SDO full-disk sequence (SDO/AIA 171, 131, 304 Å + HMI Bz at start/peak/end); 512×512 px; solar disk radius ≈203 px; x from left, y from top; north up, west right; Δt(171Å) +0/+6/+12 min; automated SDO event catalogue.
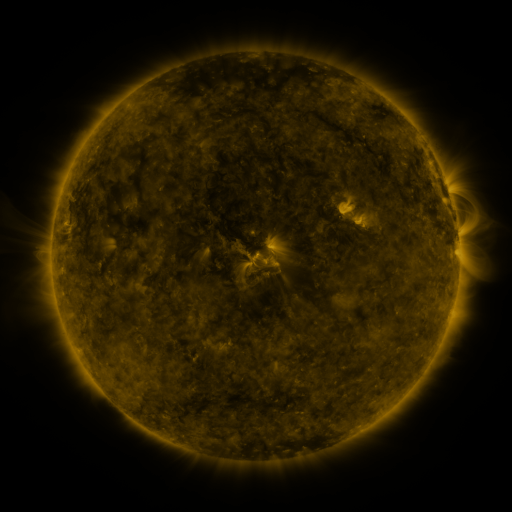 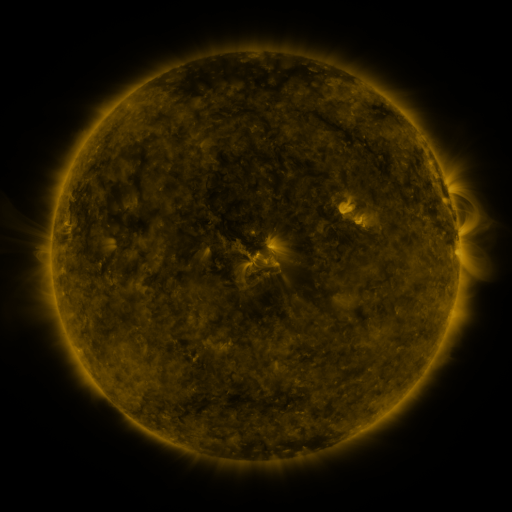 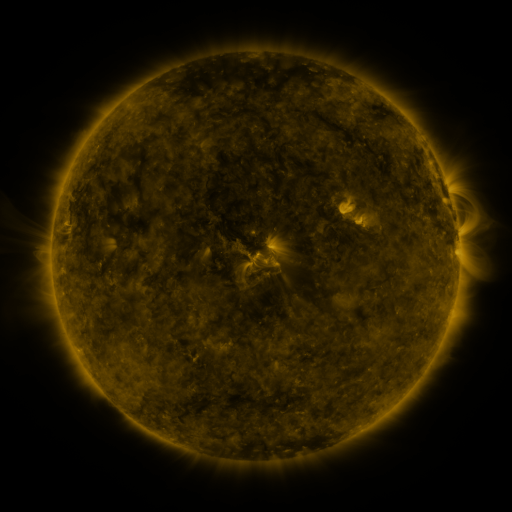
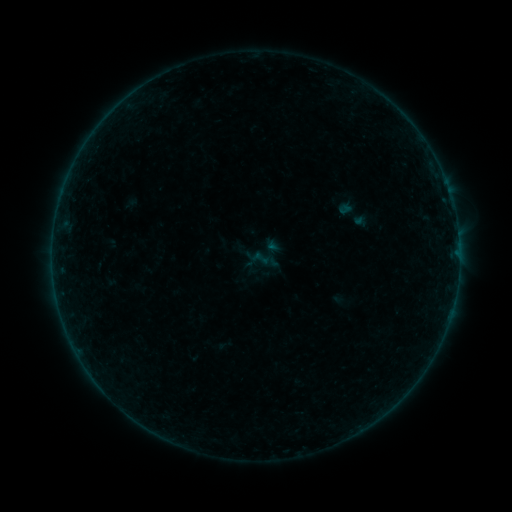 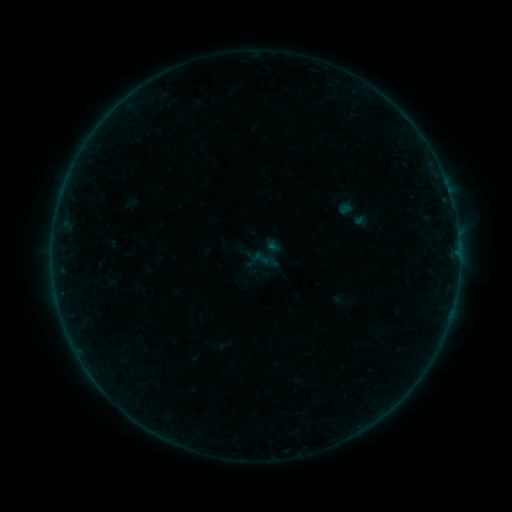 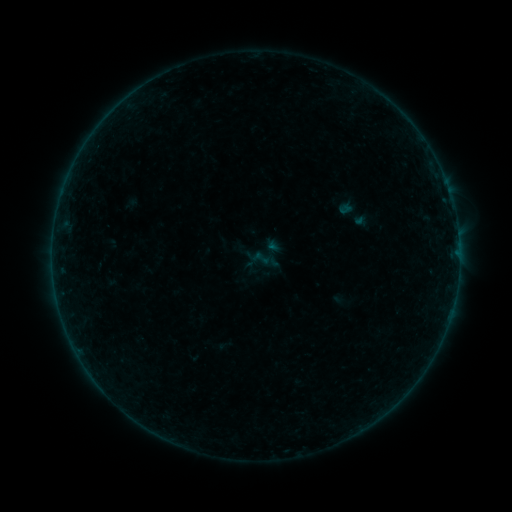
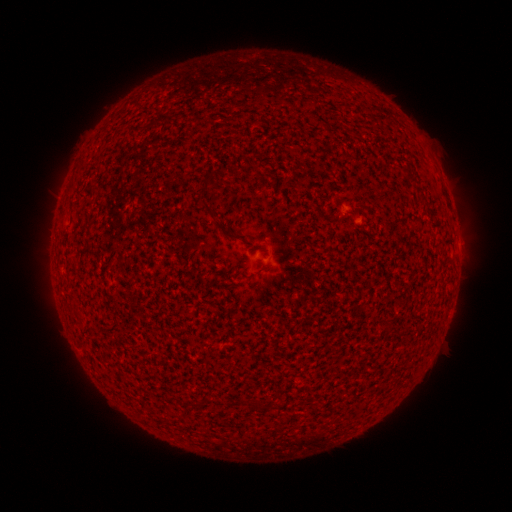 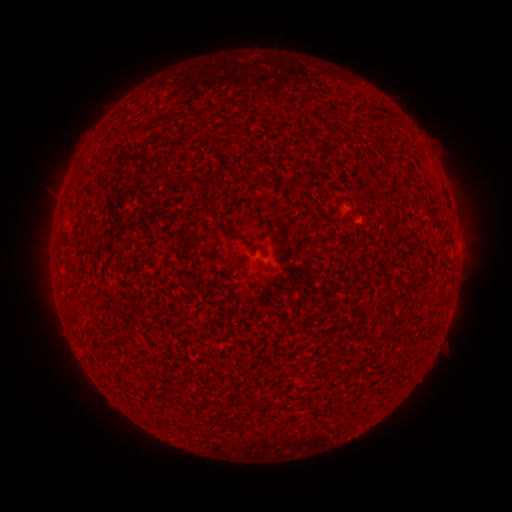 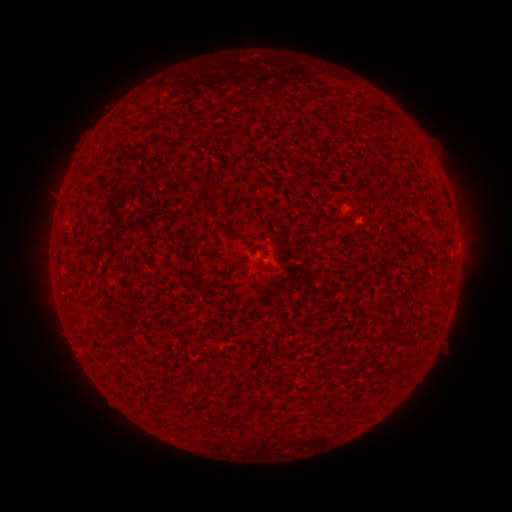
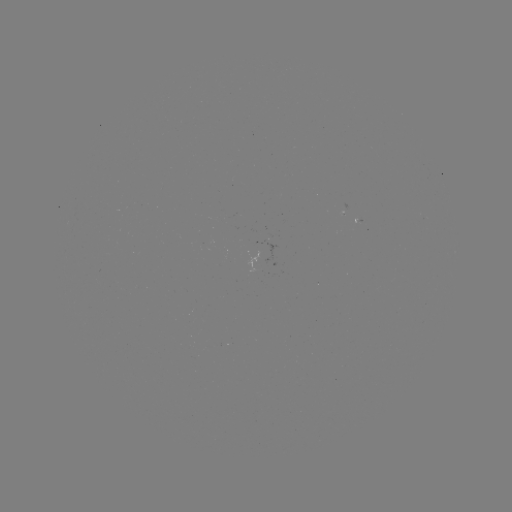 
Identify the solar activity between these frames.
no classed flare was catalogued and no EUV brightening was flagged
